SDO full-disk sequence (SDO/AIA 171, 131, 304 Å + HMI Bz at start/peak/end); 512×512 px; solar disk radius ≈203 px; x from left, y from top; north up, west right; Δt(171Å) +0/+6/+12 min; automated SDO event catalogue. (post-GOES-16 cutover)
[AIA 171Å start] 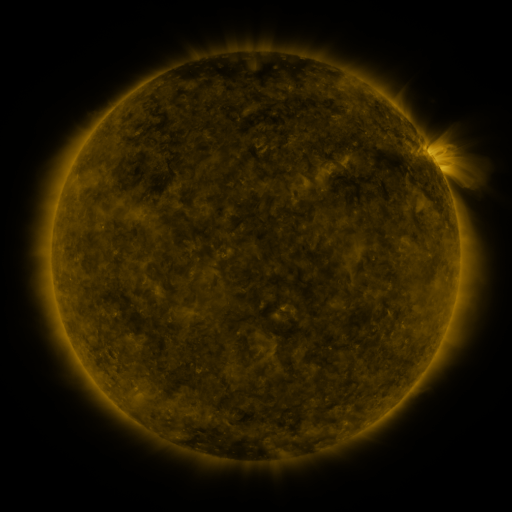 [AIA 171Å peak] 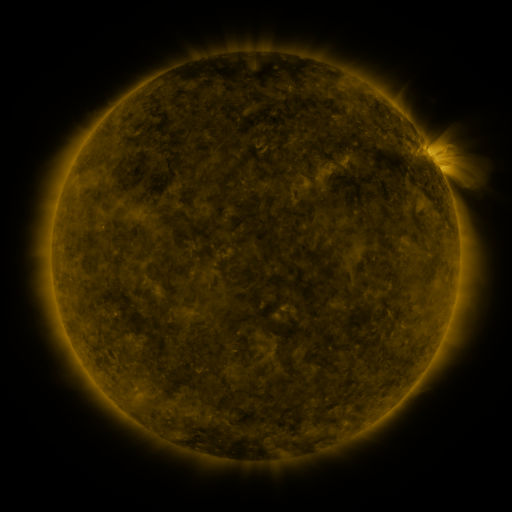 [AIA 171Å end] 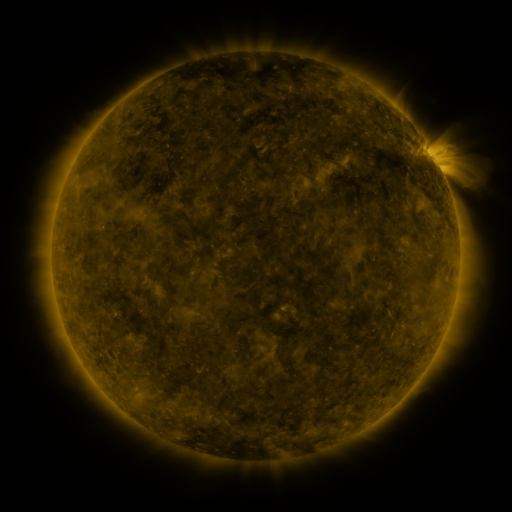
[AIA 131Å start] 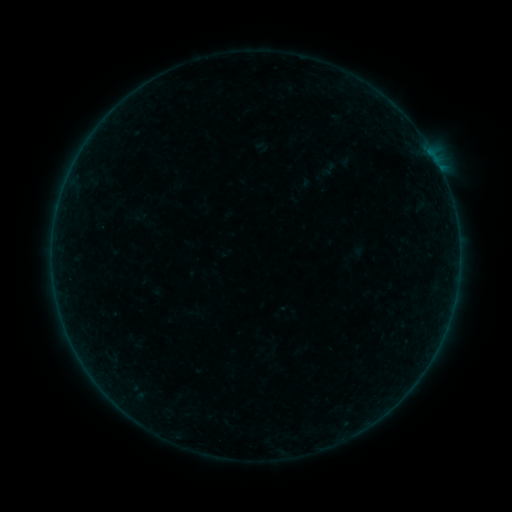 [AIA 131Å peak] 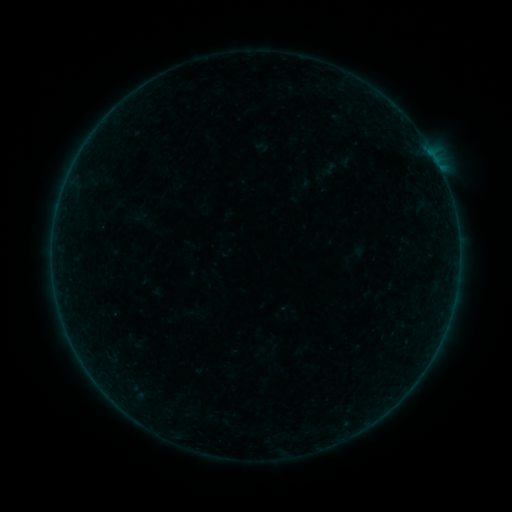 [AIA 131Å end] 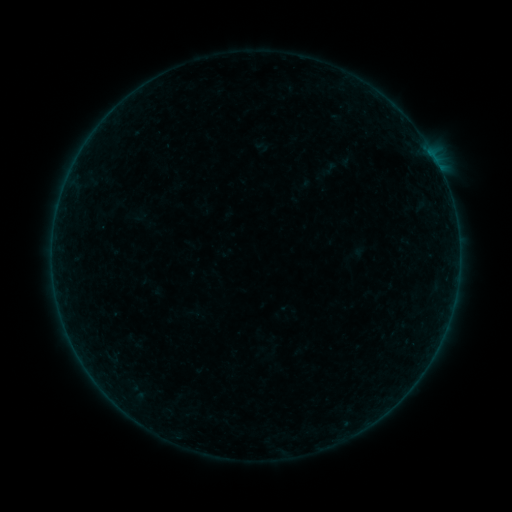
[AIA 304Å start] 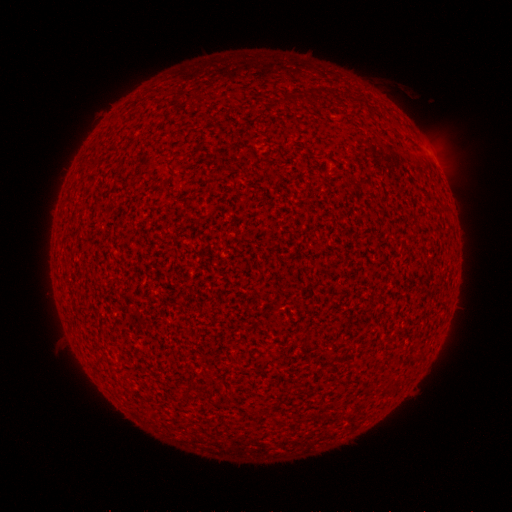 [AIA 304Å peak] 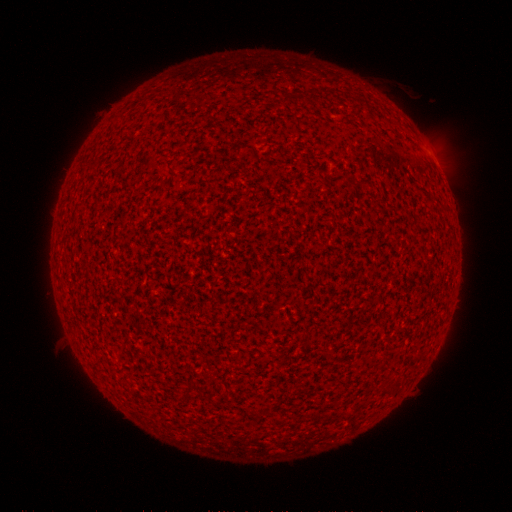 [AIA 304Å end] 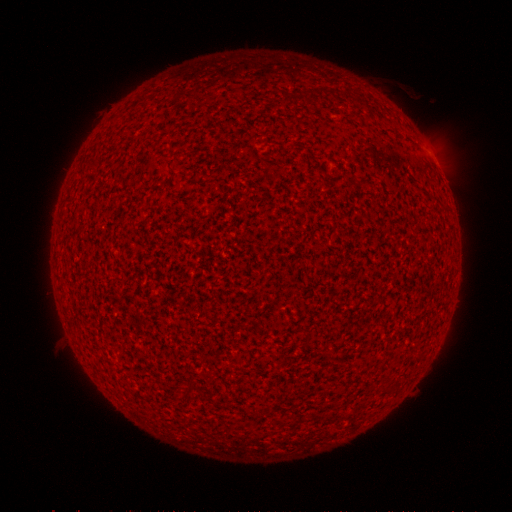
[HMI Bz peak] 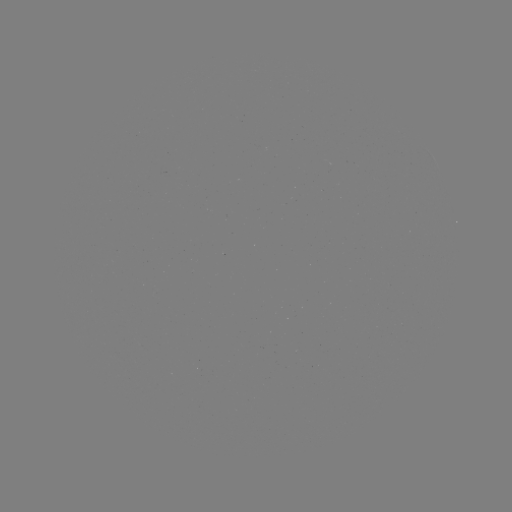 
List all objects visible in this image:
A8.1 flare: (428, 155)
